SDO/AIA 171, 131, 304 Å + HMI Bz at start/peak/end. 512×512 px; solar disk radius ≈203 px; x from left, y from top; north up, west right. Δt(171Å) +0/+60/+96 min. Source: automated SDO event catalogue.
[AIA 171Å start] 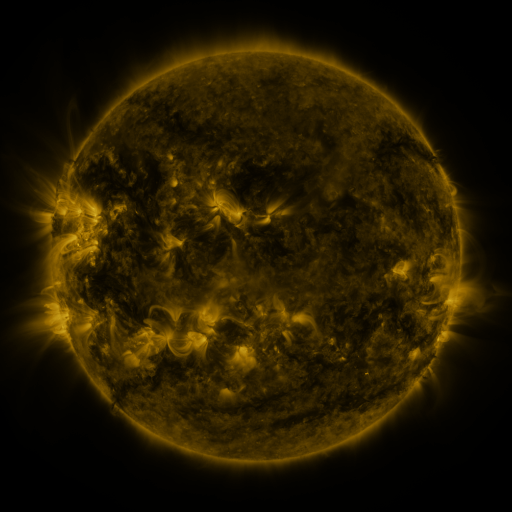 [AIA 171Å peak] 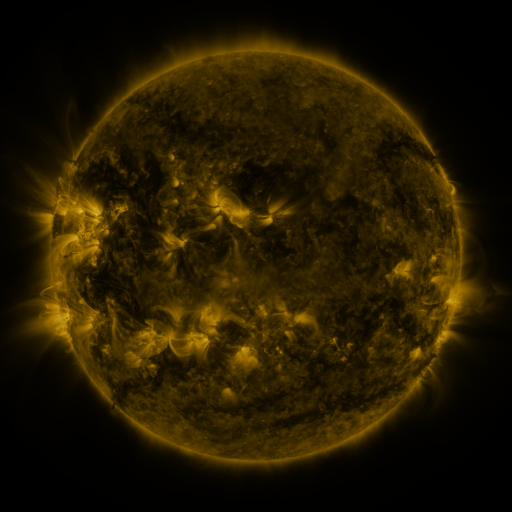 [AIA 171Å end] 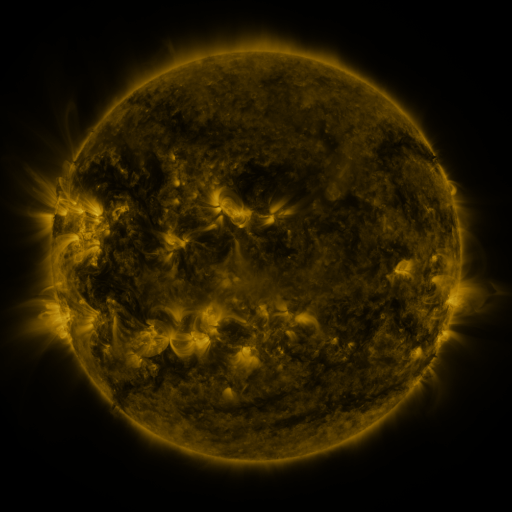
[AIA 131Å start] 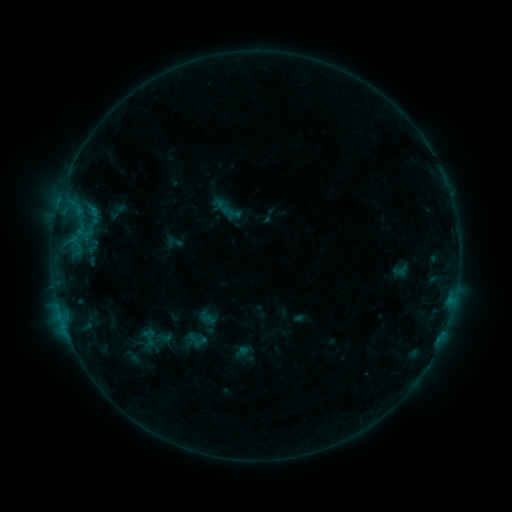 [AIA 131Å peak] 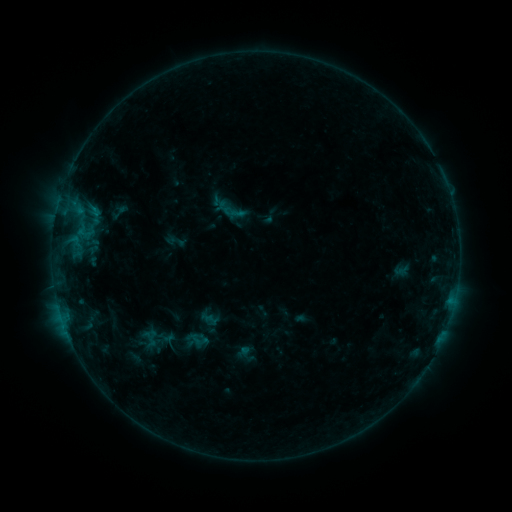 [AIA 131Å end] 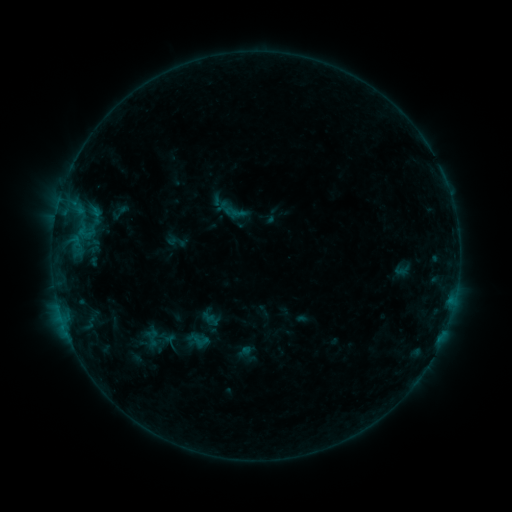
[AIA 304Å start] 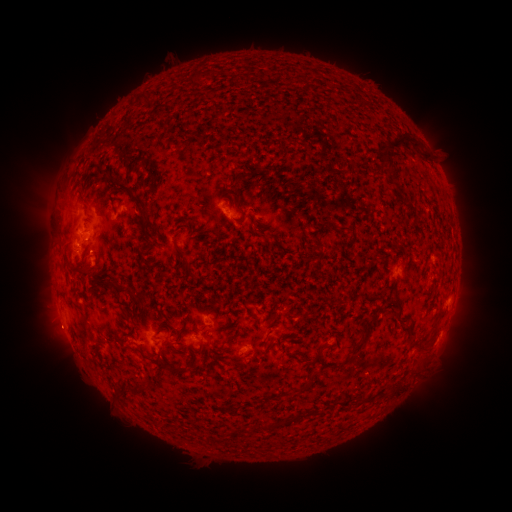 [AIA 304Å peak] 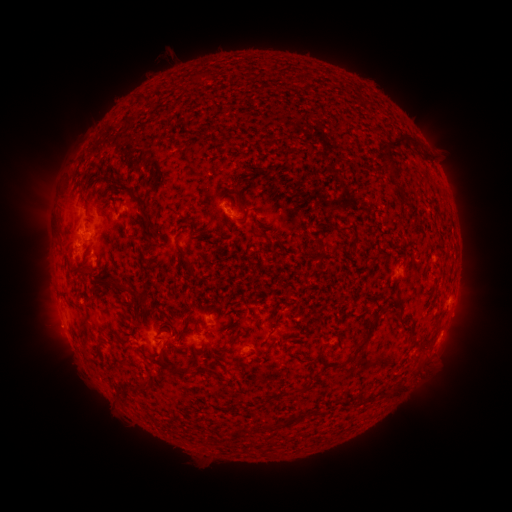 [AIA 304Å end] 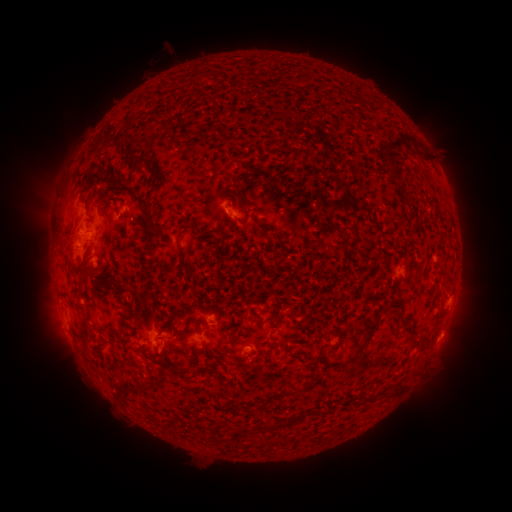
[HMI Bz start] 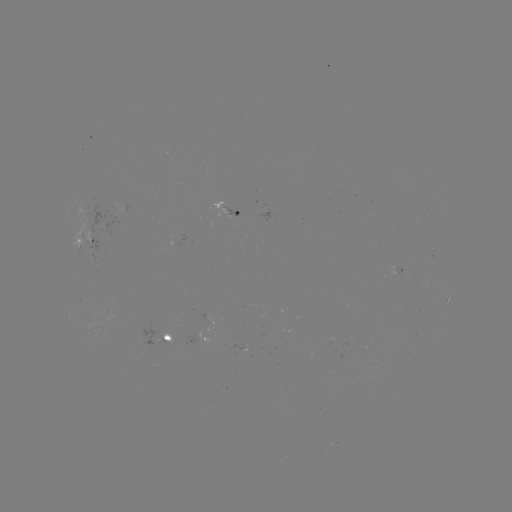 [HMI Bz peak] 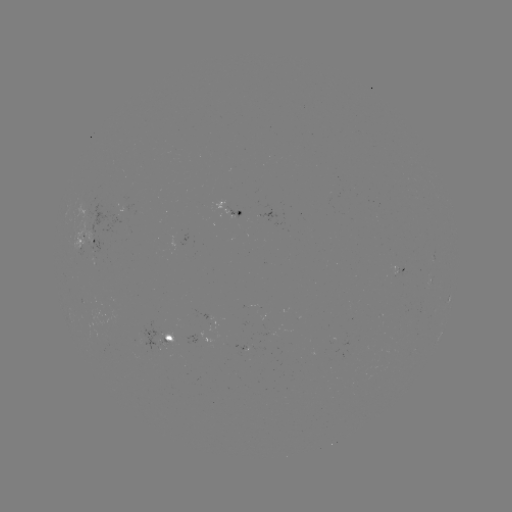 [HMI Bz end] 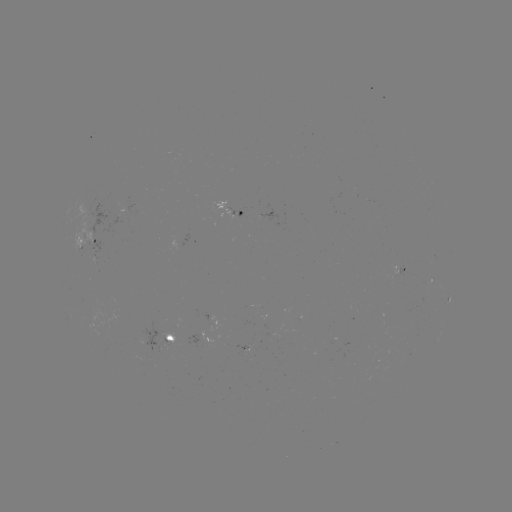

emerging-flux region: [157, 343, 168, 350]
